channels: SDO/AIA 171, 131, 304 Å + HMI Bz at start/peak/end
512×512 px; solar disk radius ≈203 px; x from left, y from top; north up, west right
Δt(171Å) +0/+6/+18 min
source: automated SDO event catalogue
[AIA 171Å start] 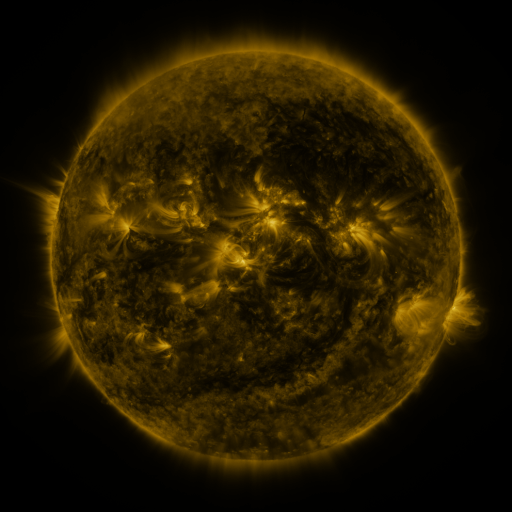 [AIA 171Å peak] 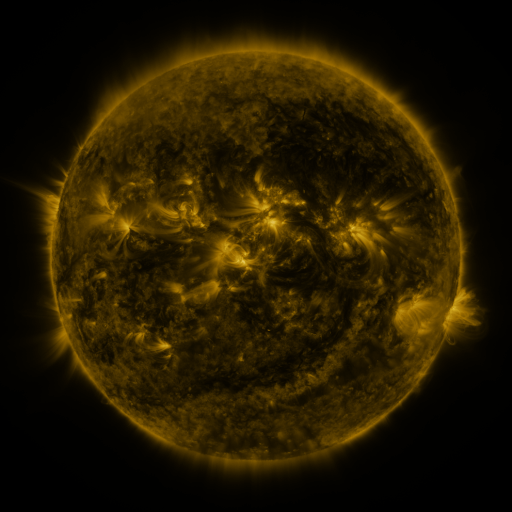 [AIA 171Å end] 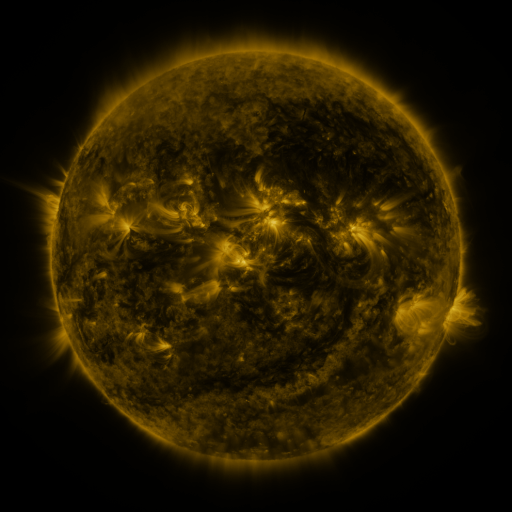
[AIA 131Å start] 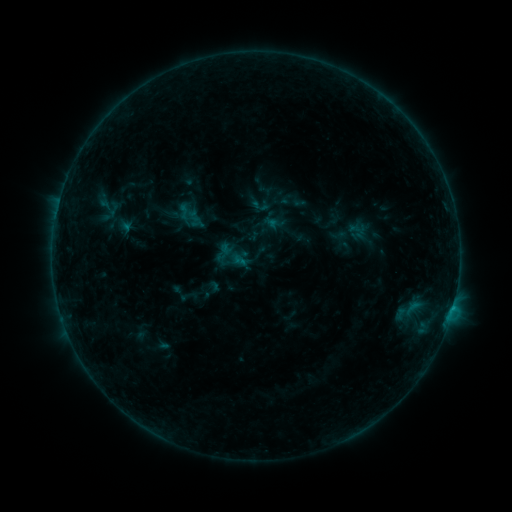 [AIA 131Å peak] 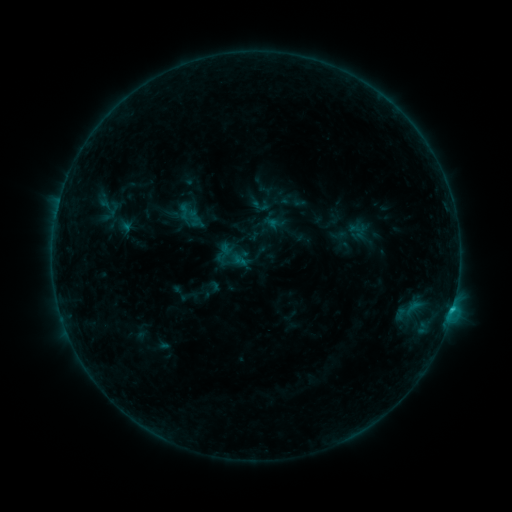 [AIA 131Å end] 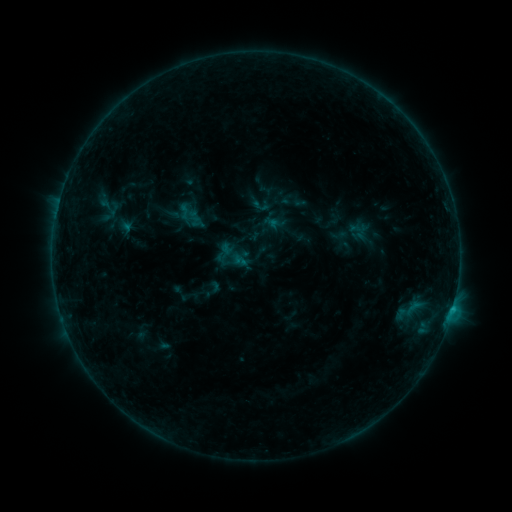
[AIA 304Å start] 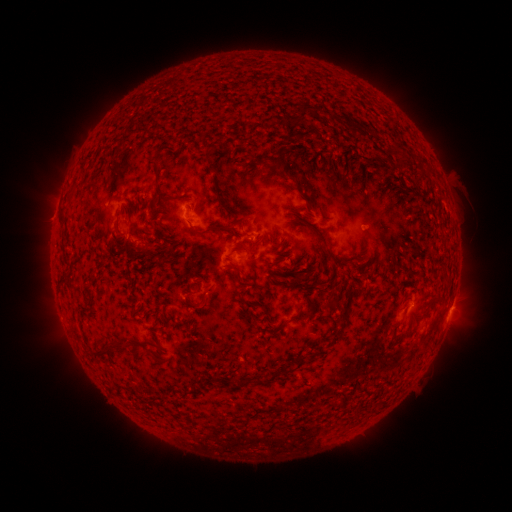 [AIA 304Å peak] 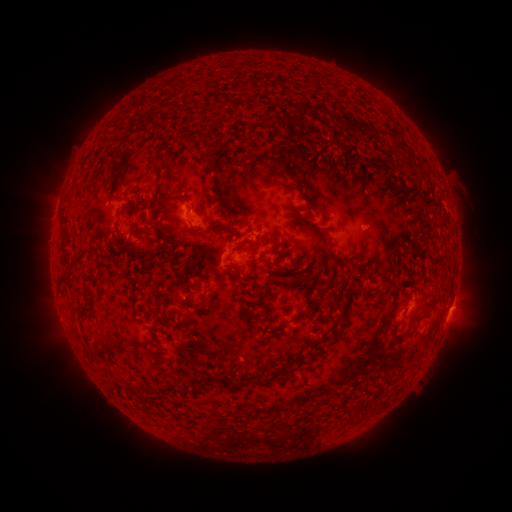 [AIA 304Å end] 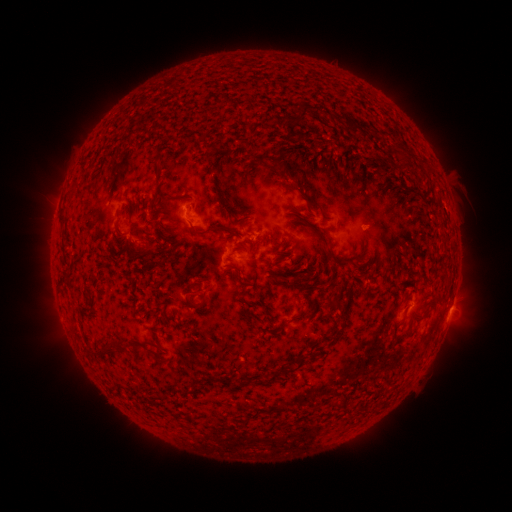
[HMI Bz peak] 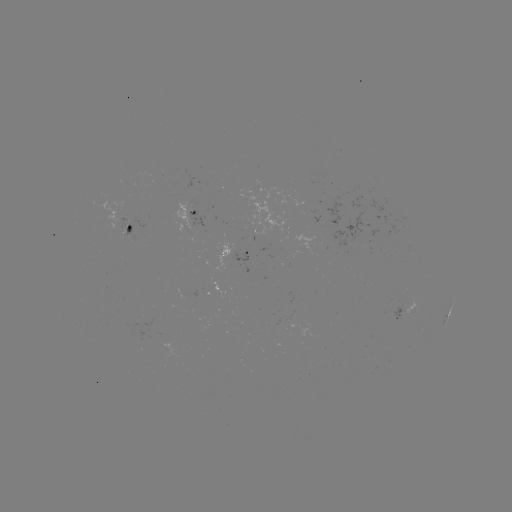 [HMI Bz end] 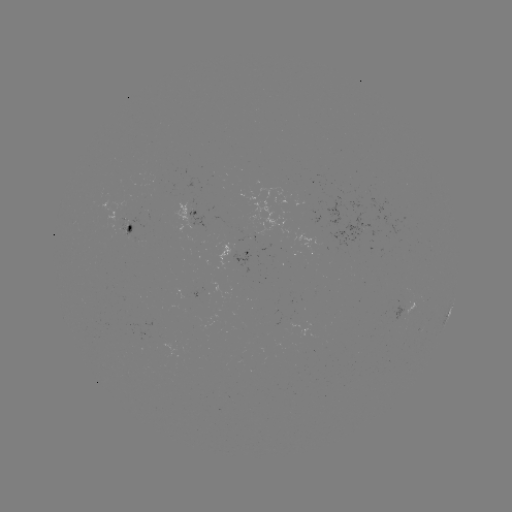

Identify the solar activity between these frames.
B6.7 flare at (450, 308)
